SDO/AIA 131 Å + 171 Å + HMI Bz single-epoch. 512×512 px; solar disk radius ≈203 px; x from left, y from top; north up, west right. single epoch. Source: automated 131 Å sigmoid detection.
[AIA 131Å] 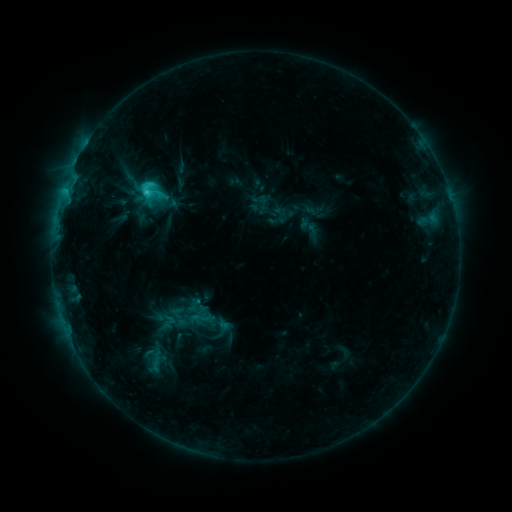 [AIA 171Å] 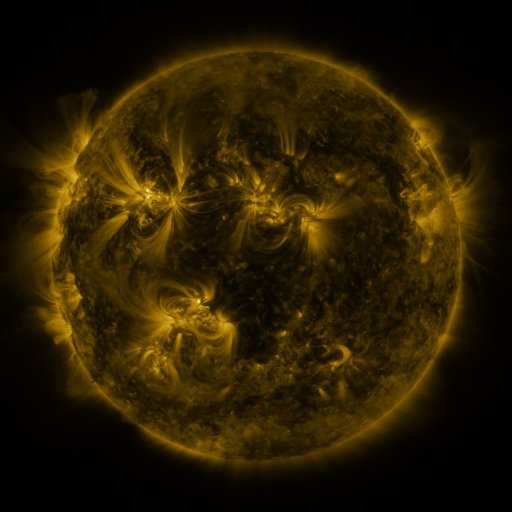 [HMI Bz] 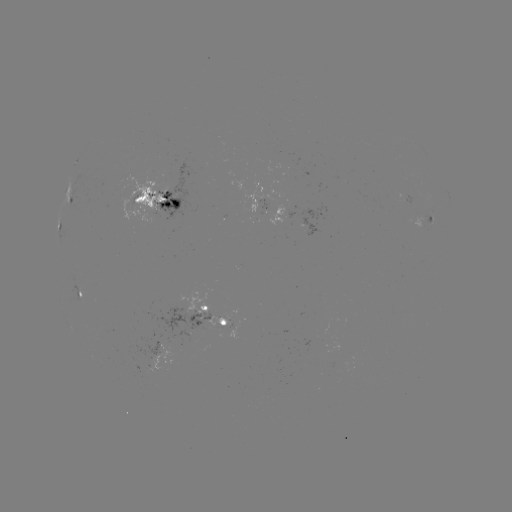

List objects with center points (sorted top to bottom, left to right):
sigmoid: (147, 189)
